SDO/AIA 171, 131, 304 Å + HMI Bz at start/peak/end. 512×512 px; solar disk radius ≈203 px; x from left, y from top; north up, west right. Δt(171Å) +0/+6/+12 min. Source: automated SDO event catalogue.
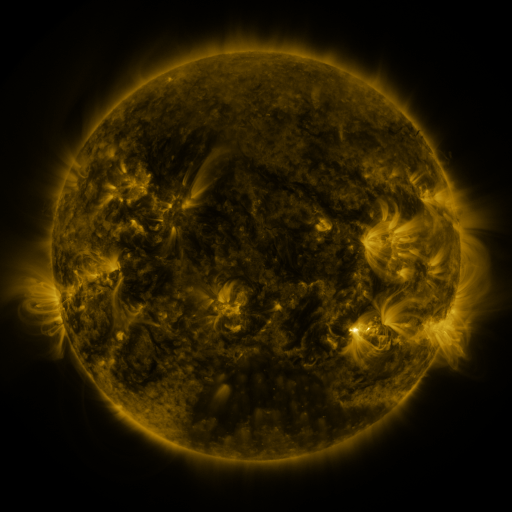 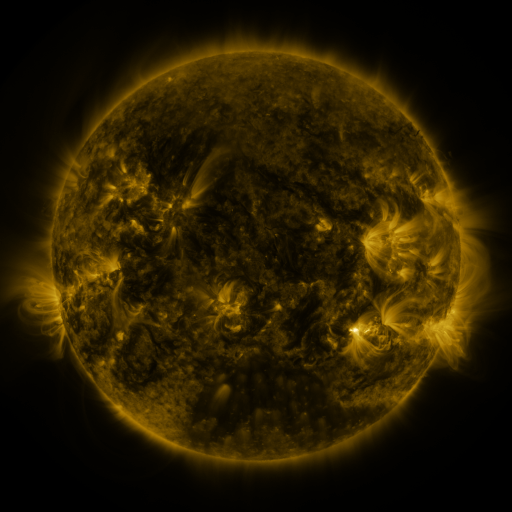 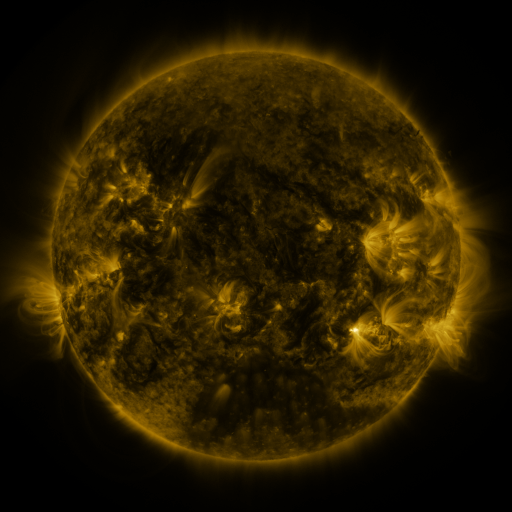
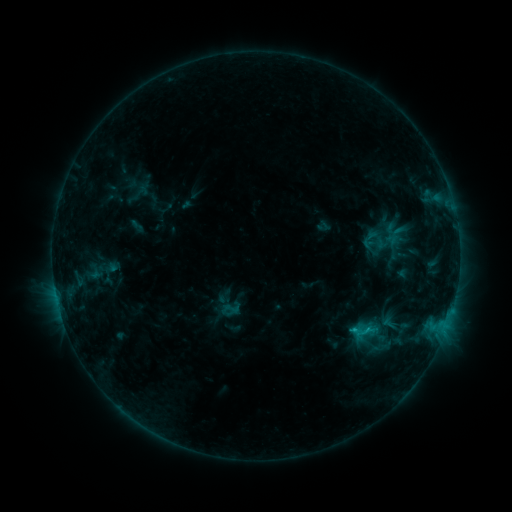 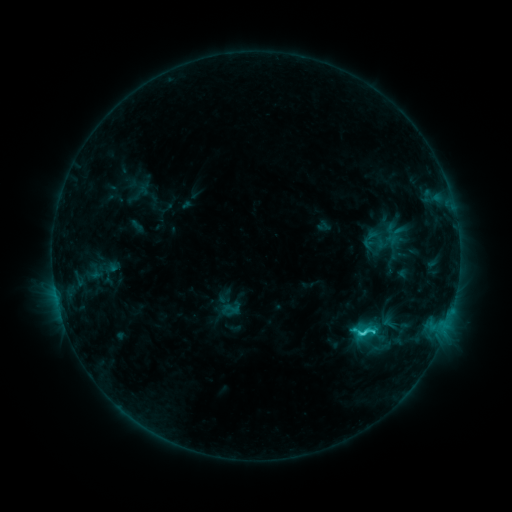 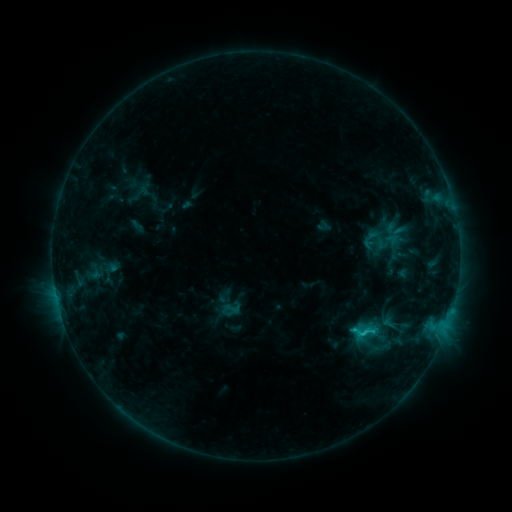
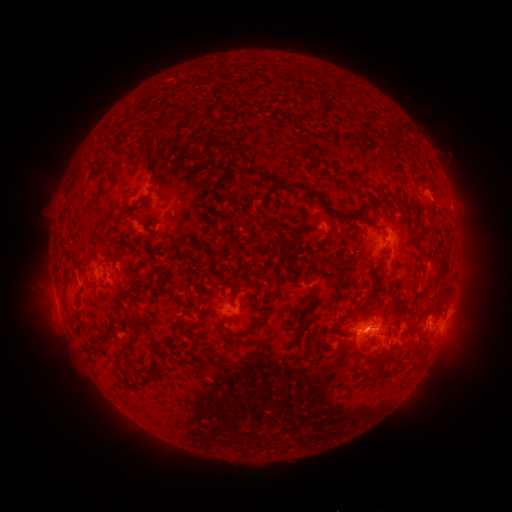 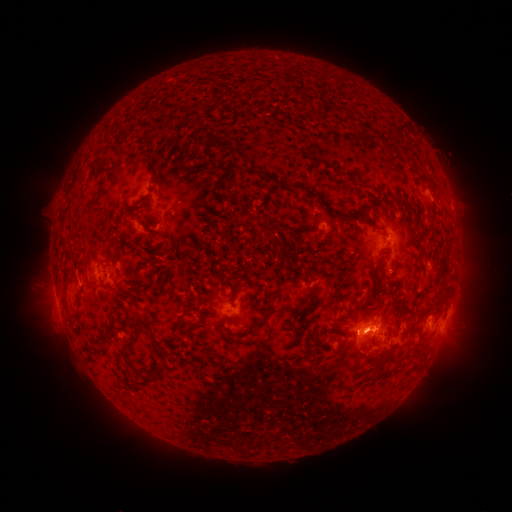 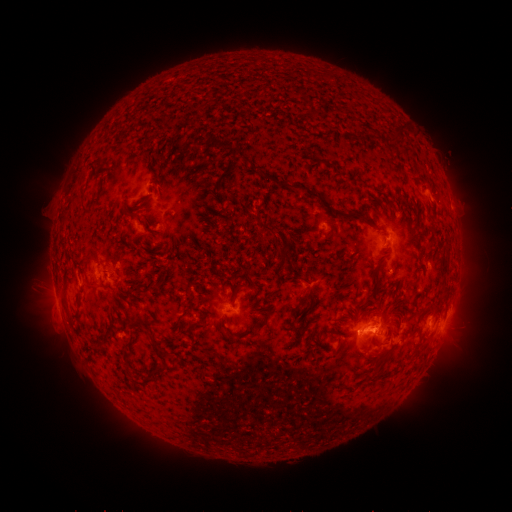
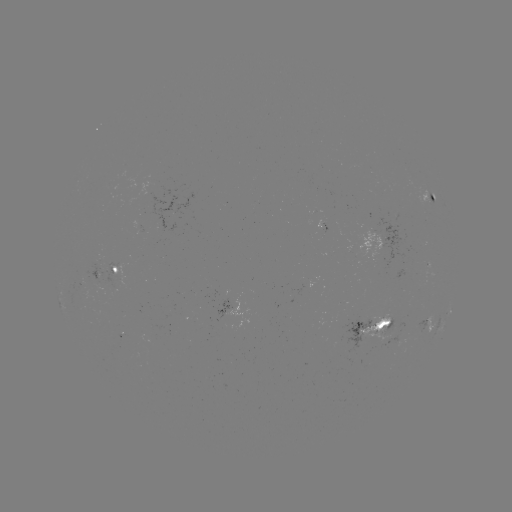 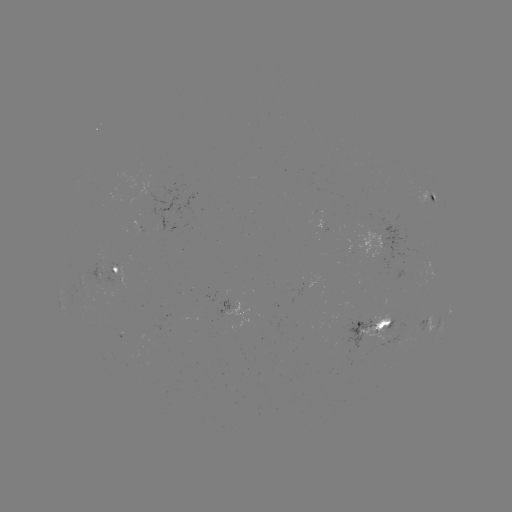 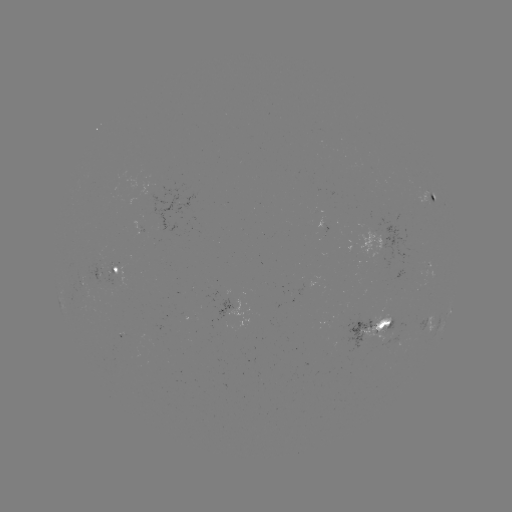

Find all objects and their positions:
C2.1 flare: (362, 330)
